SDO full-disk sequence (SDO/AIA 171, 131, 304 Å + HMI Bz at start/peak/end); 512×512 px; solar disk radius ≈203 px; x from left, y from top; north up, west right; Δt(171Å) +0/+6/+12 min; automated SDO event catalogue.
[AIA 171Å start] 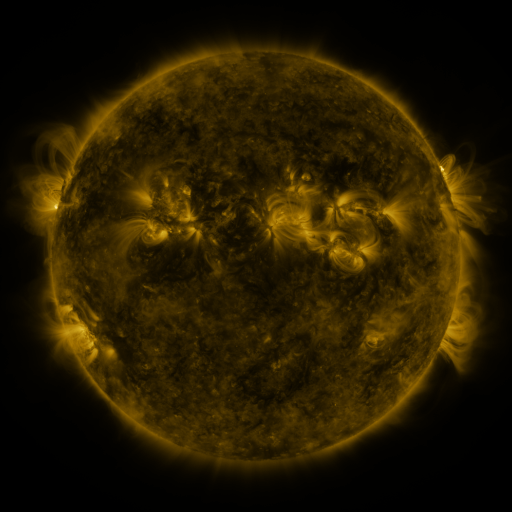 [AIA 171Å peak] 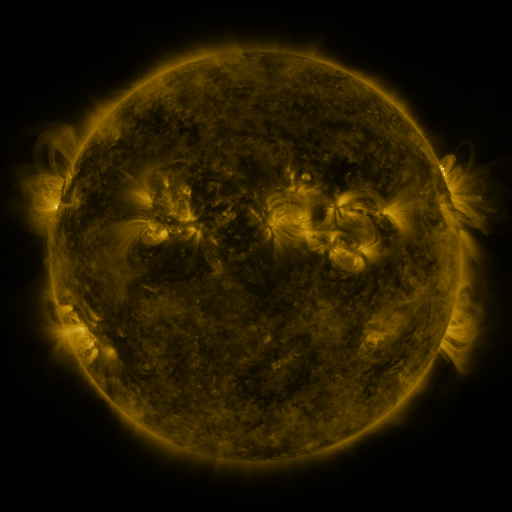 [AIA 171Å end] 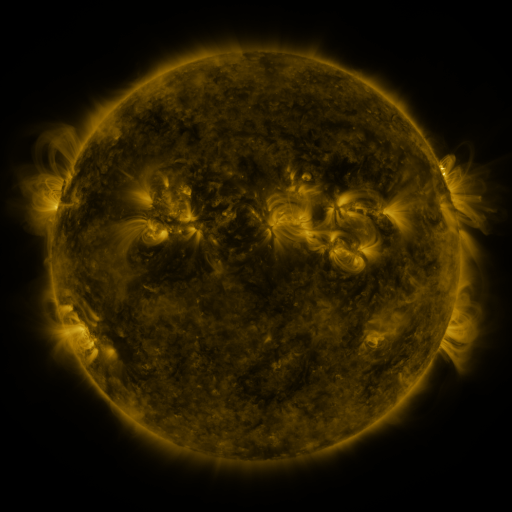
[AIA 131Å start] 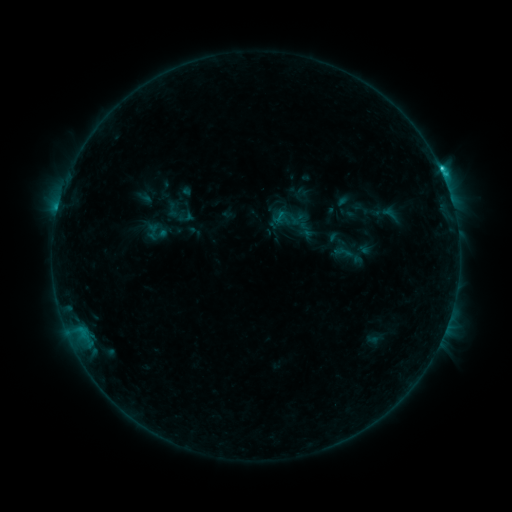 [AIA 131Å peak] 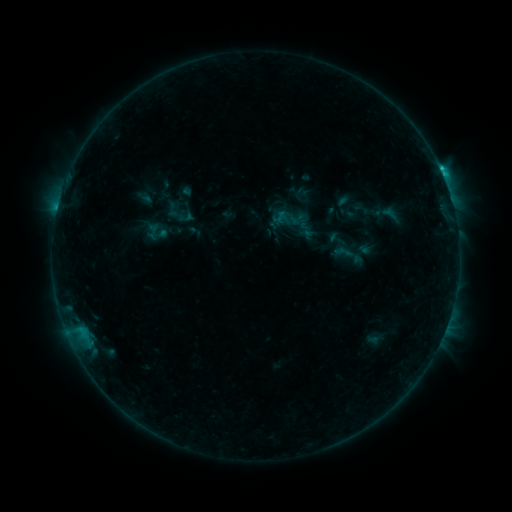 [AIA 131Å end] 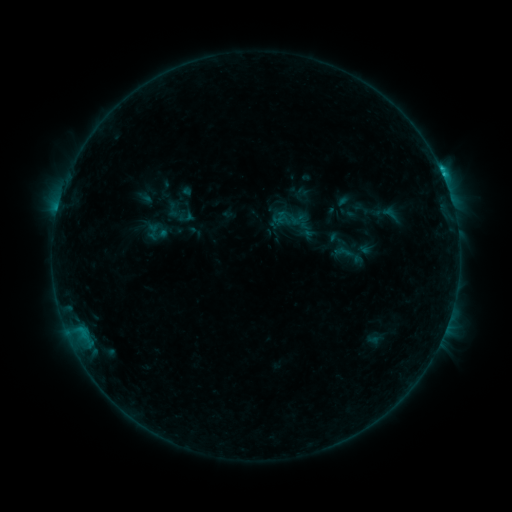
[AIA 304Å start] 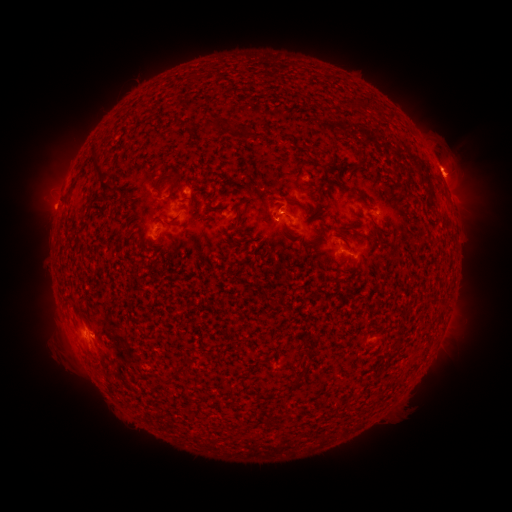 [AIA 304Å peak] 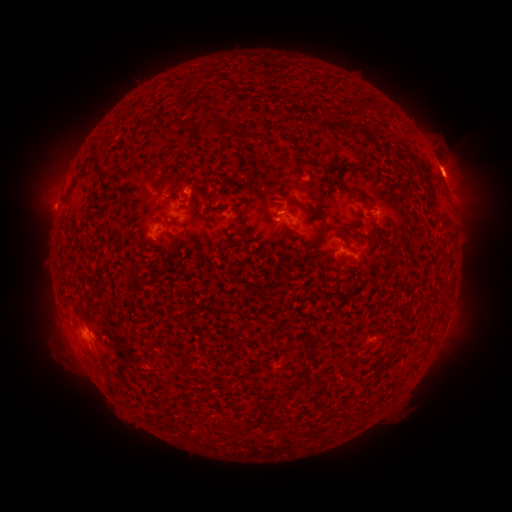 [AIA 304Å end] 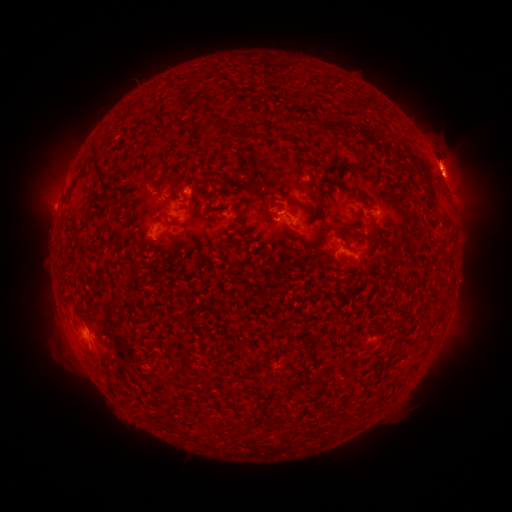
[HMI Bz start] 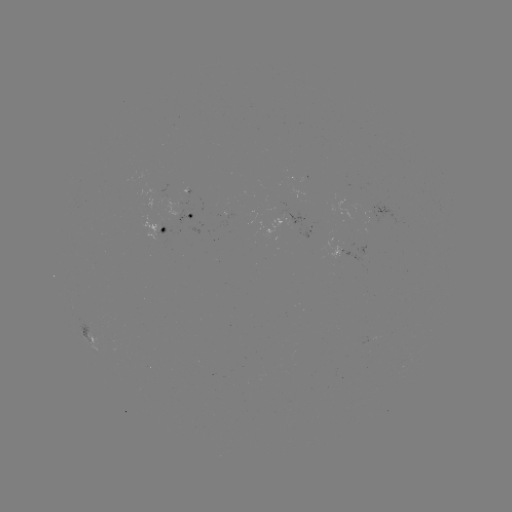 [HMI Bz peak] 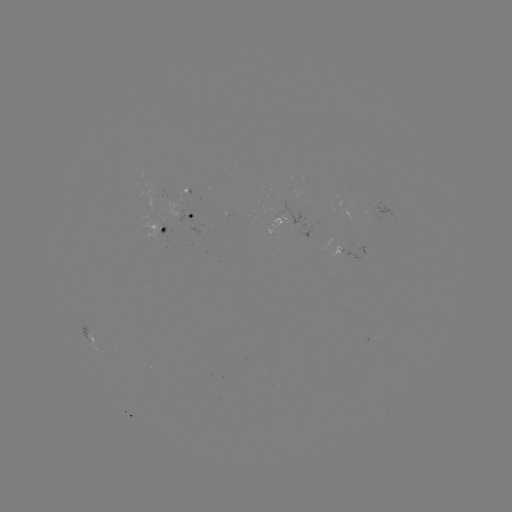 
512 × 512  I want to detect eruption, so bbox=[415, 127, 468, 180].